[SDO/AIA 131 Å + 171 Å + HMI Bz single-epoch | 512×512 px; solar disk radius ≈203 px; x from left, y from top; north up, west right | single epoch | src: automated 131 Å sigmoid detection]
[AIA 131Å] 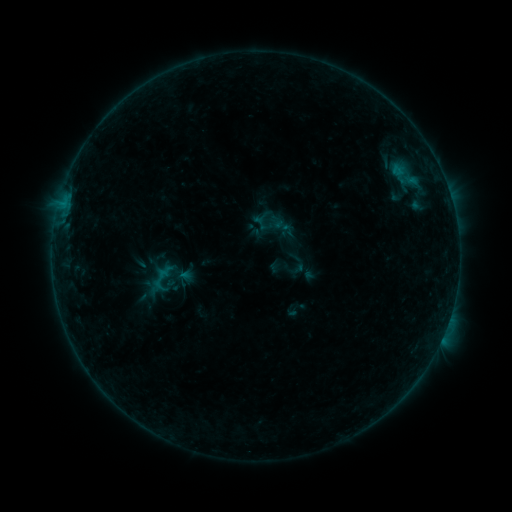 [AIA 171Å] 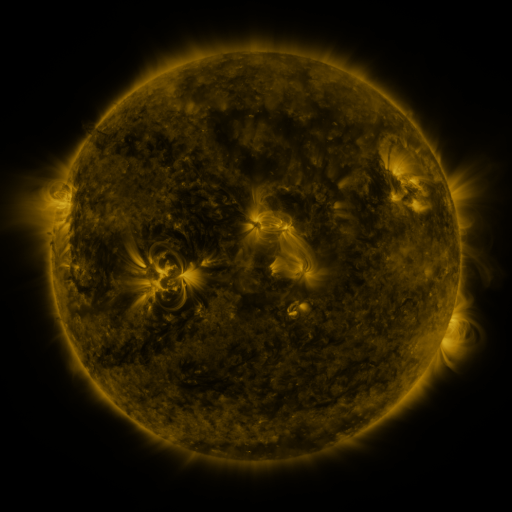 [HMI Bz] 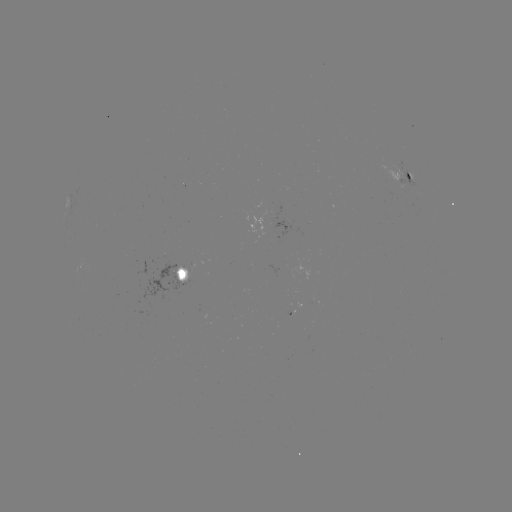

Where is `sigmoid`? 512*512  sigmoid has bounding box [266, 209, 287, 230].